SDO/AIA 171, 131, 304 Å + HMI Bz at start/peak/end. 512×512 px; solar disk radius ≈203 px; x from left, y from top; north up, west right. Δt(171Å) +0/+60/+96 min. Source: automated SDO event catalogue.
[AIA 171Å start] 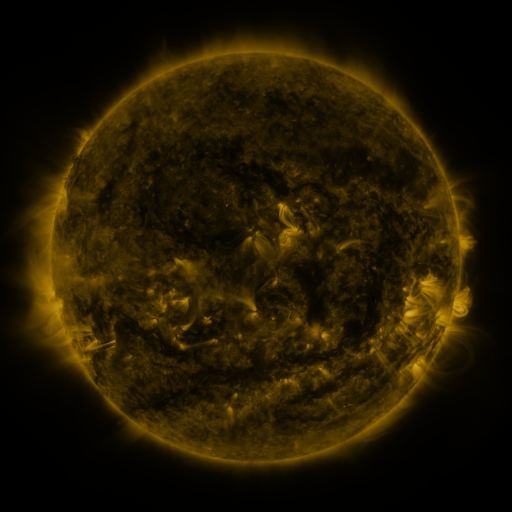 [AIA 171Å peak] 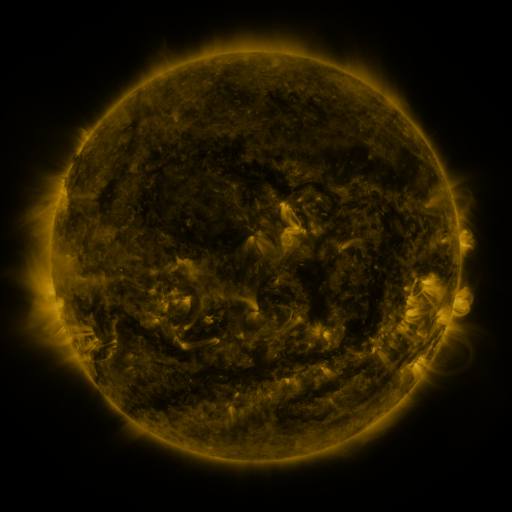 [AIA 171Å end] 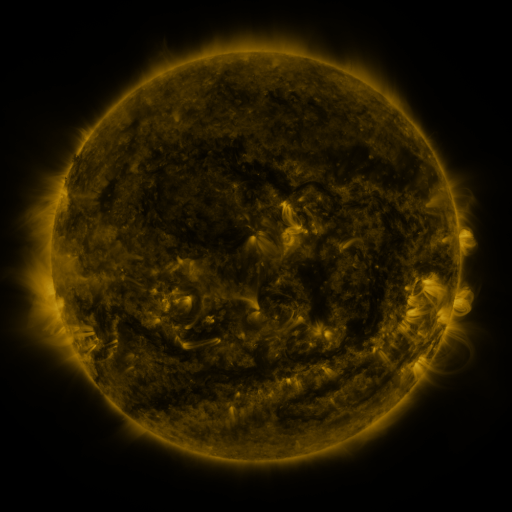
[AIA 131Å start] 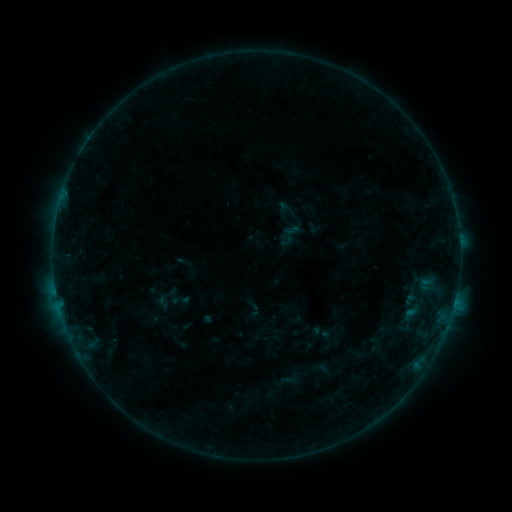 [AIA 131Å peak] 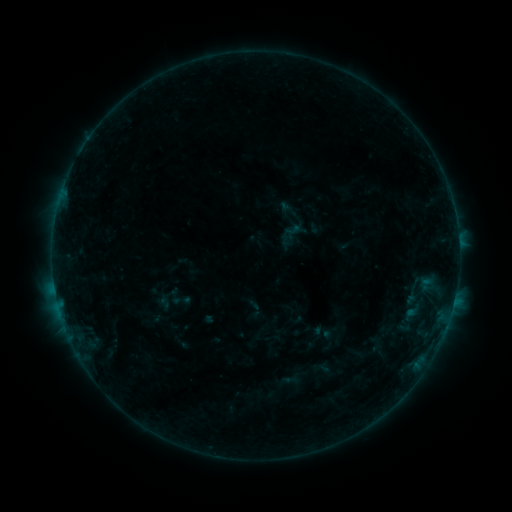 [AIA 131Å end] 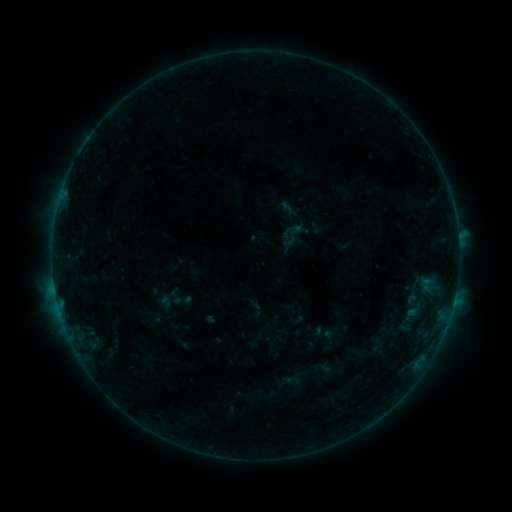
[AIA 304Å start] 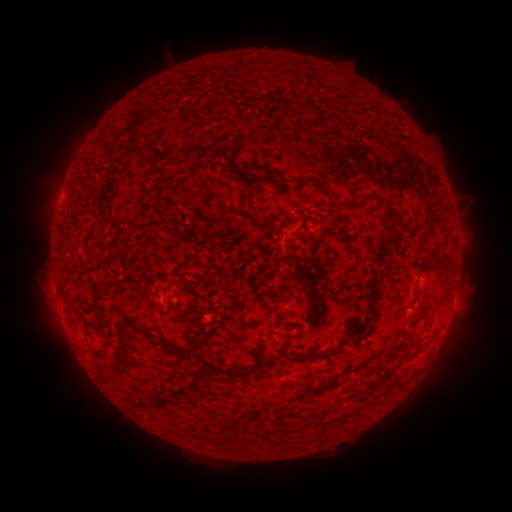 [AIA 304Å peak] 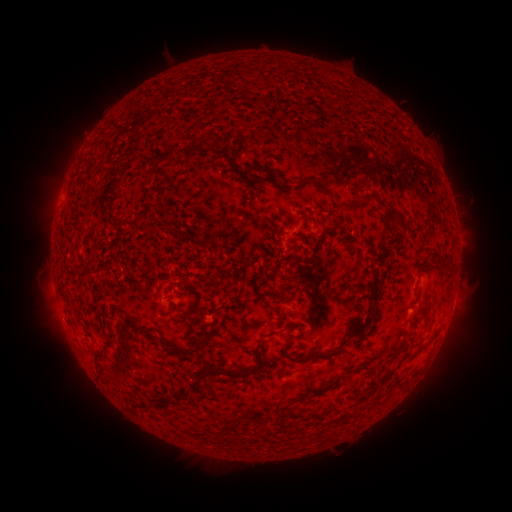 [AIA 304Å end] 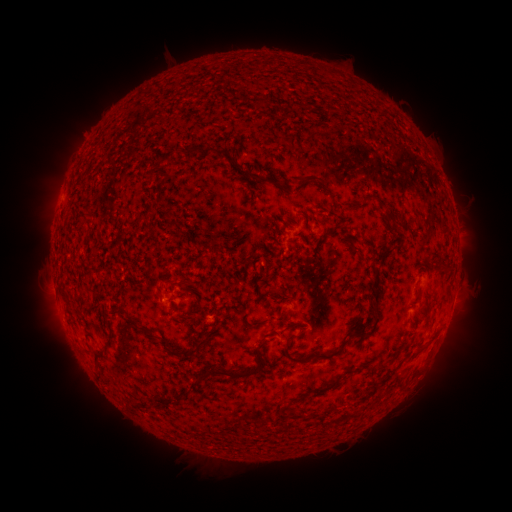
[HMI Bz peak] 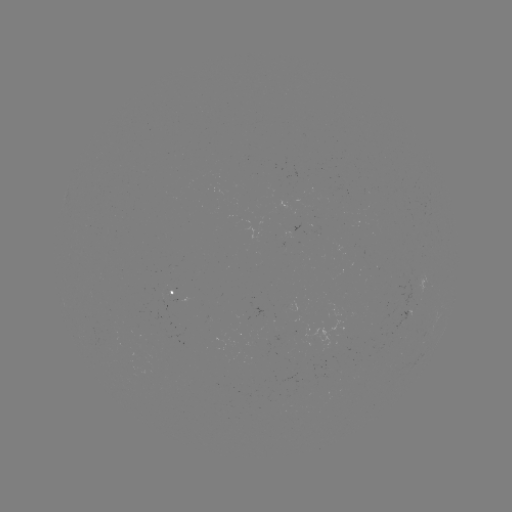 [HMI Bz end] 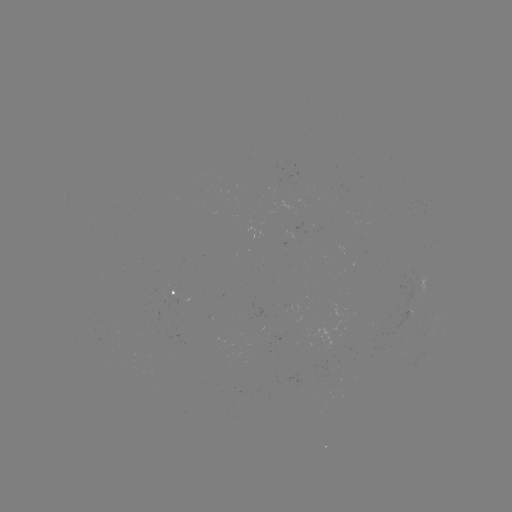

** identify emerging-flux region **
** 296,336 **